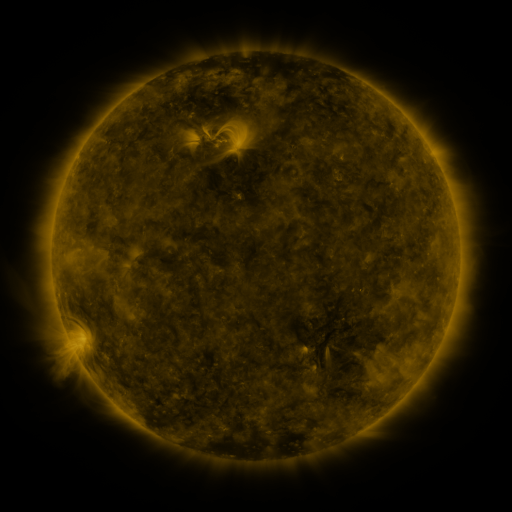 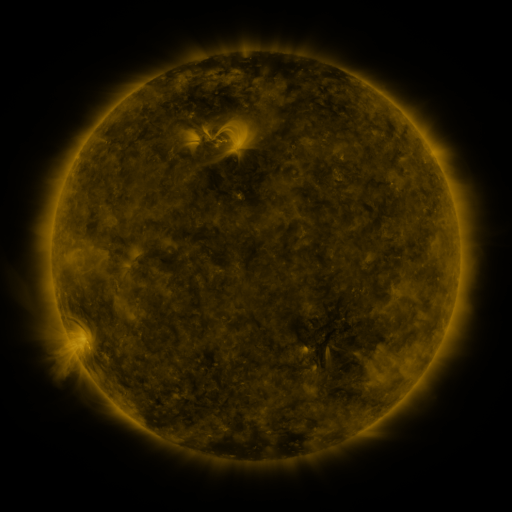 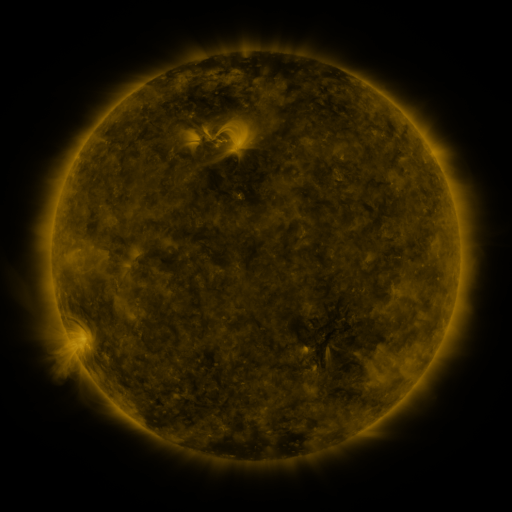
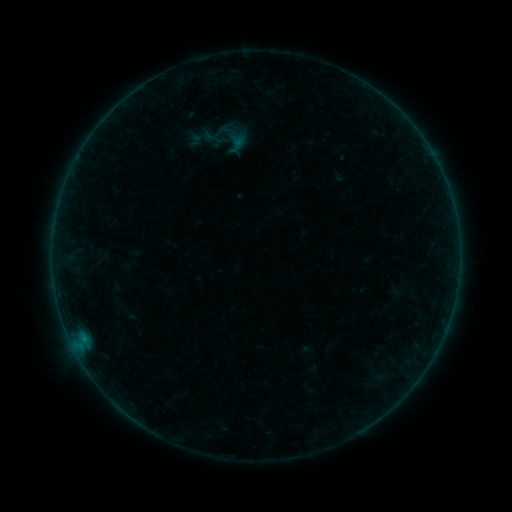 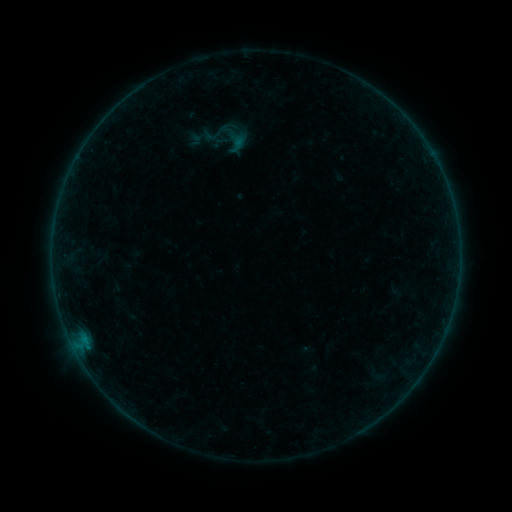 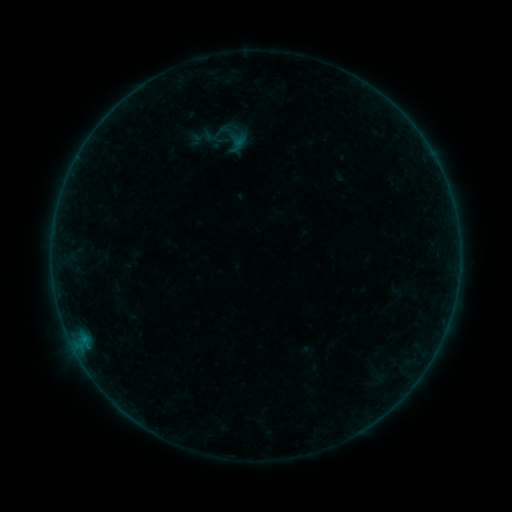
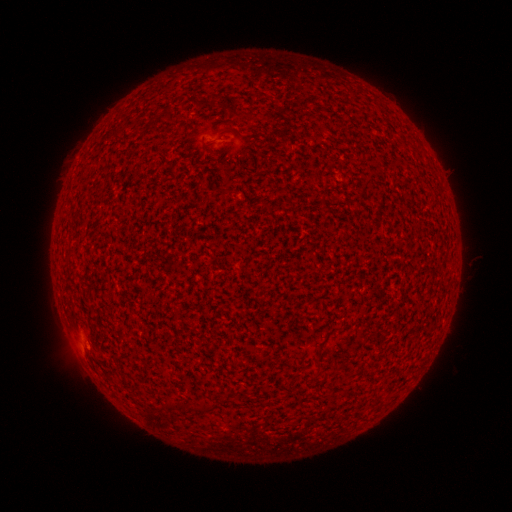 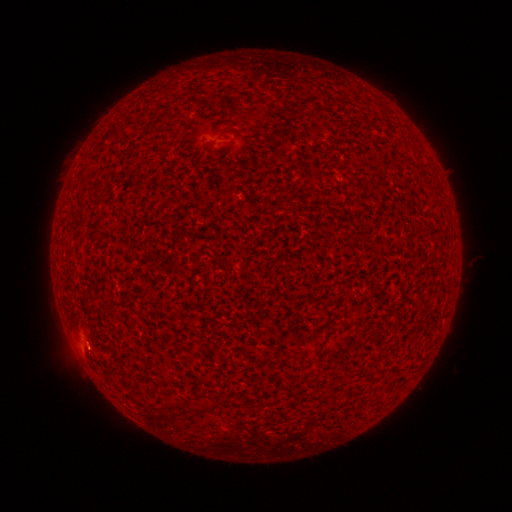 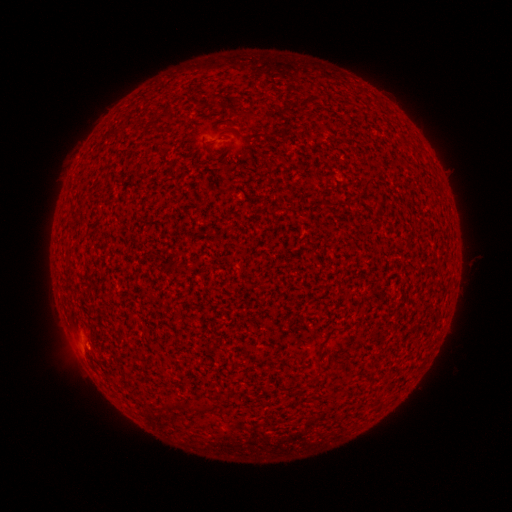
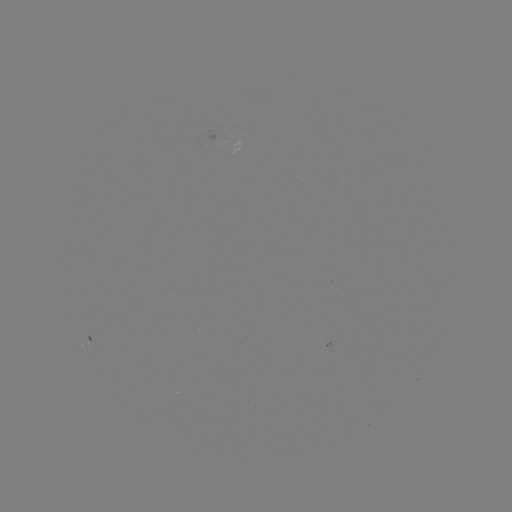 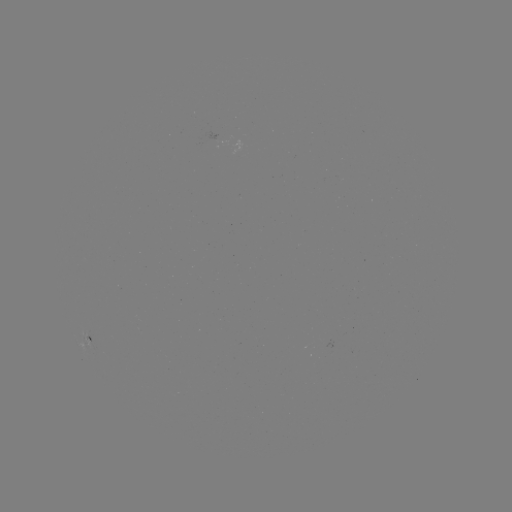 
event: flare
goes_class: A9.7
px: (87, 344)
